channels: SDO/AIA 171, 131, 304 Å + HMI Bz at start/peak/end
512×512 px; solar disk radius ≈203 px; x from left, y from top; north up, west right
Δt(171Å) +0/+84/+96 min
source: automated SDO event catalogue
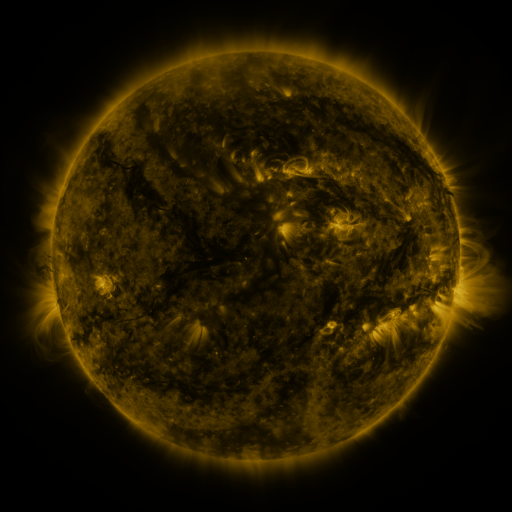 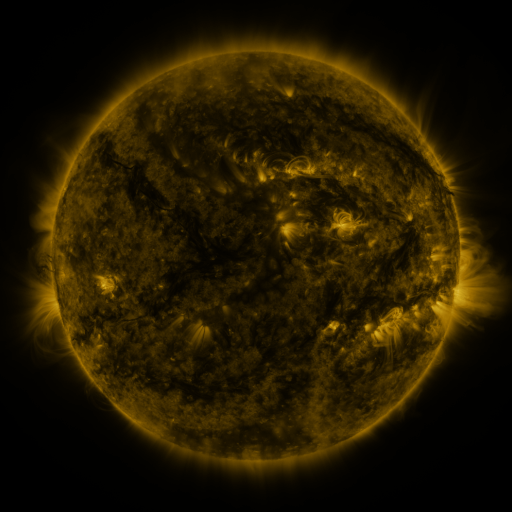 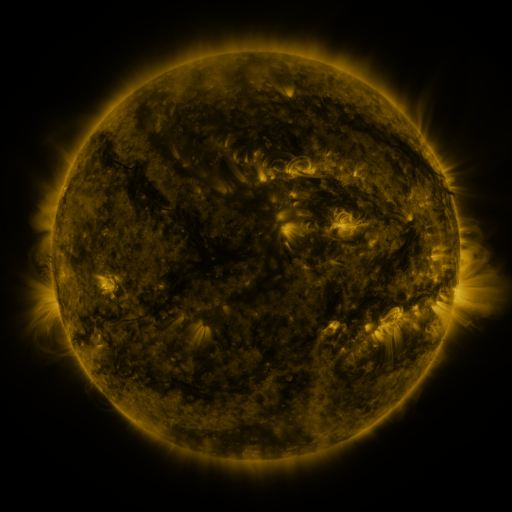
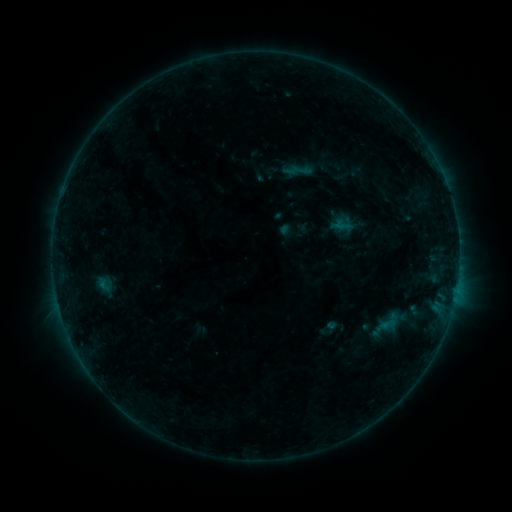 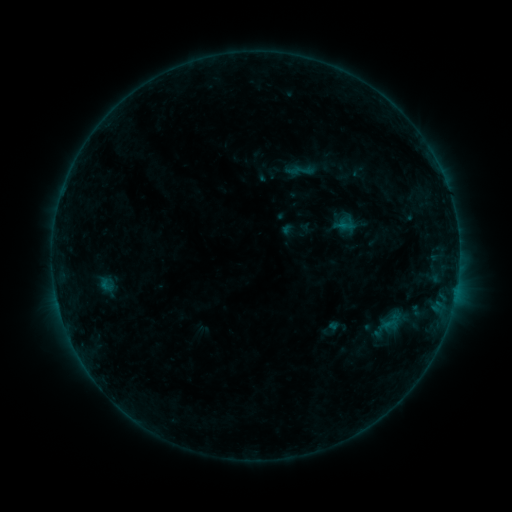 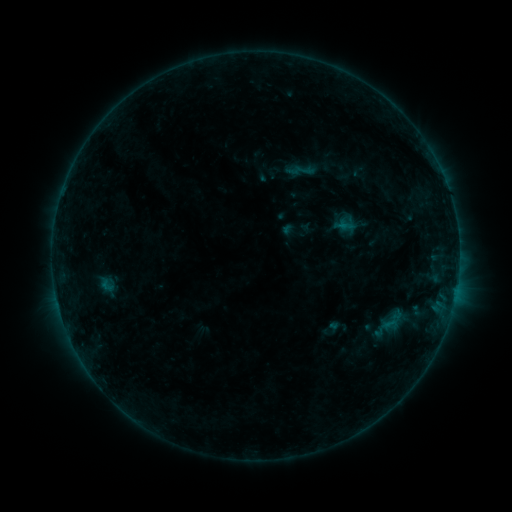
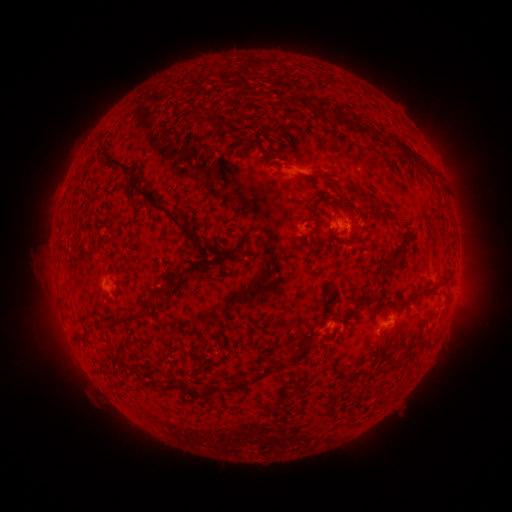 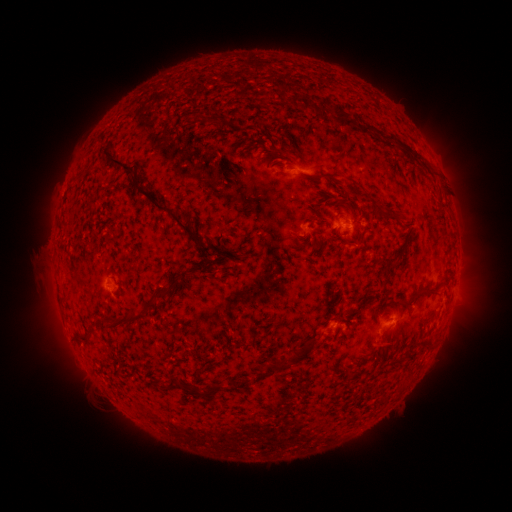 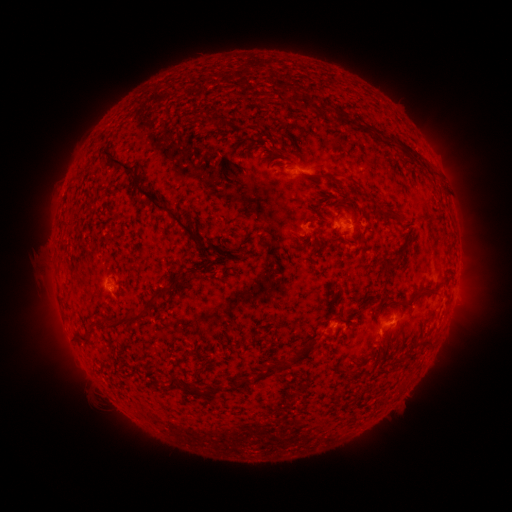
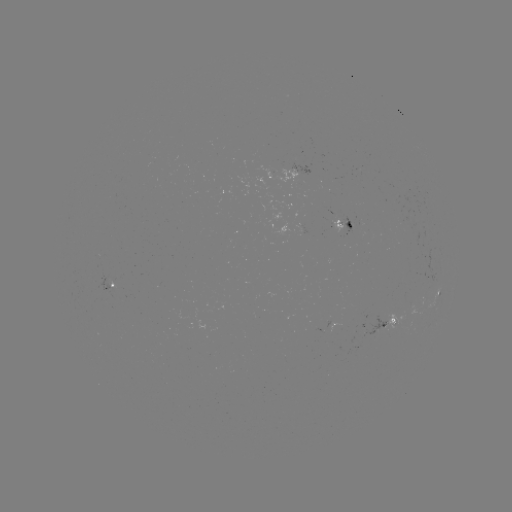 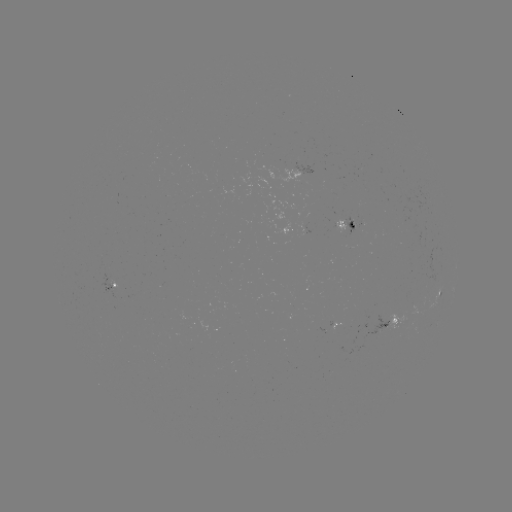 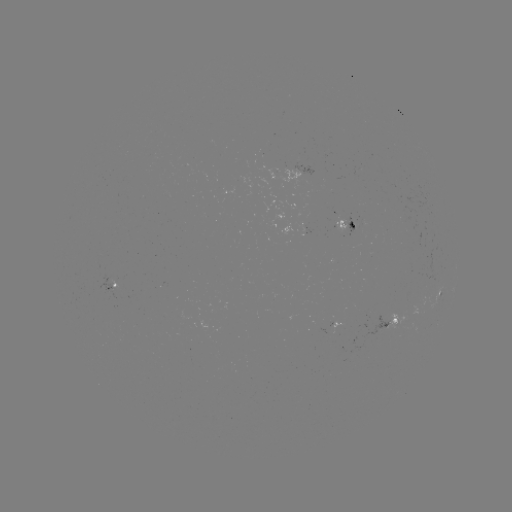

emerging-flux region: (107, 274, 119, 288)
